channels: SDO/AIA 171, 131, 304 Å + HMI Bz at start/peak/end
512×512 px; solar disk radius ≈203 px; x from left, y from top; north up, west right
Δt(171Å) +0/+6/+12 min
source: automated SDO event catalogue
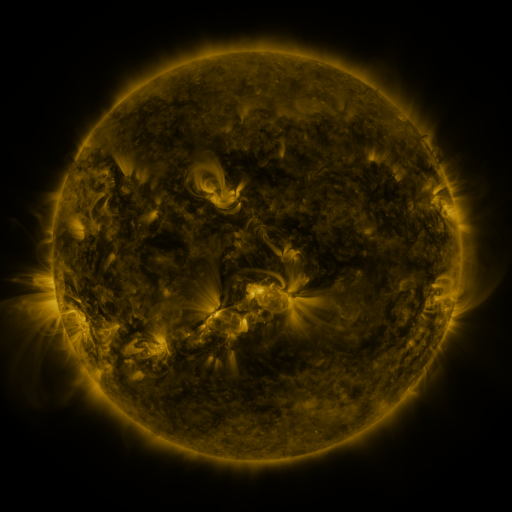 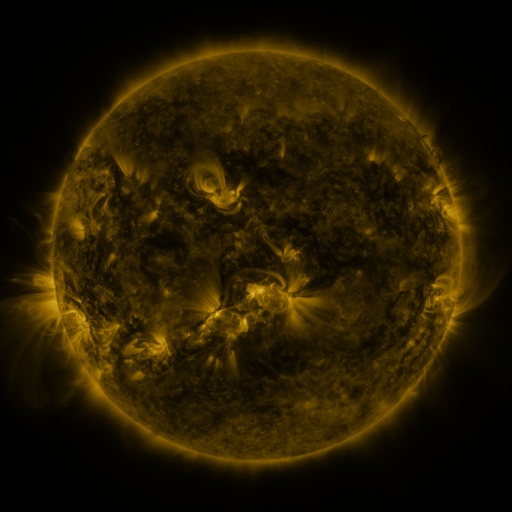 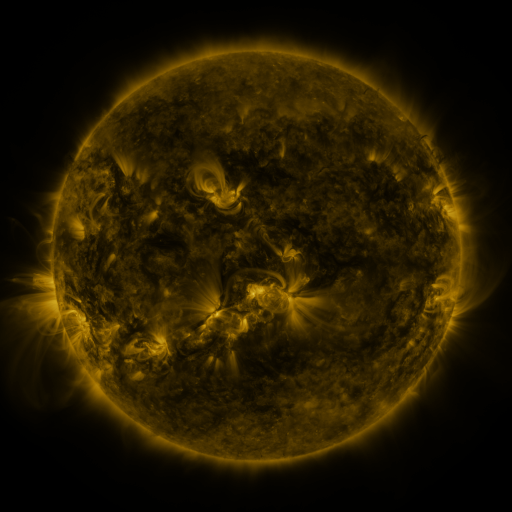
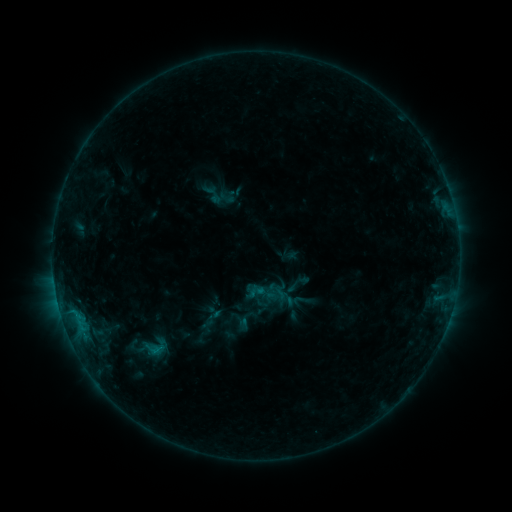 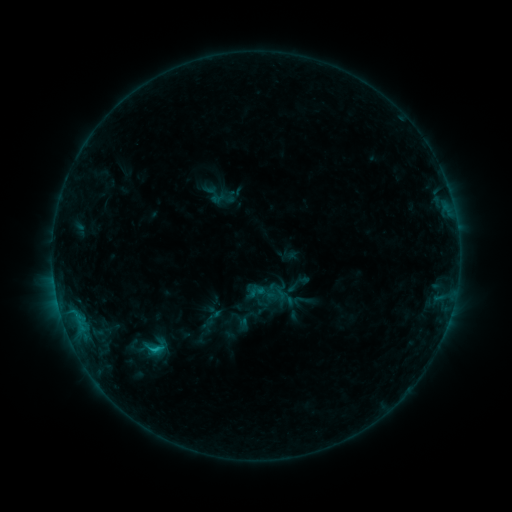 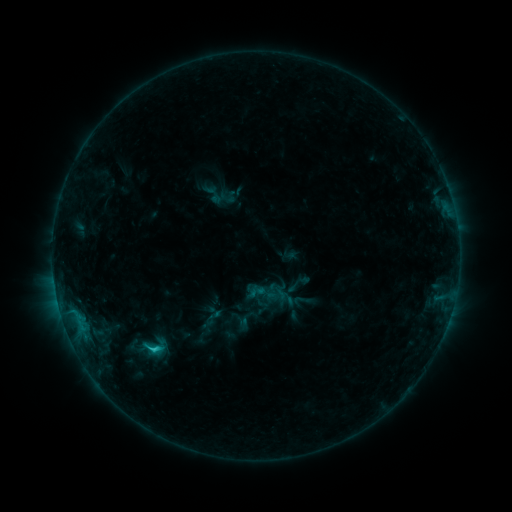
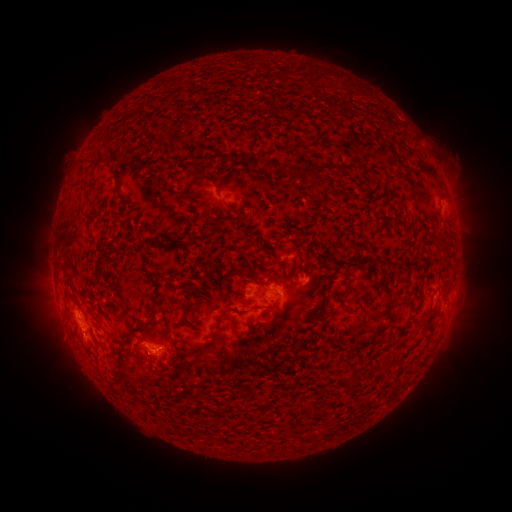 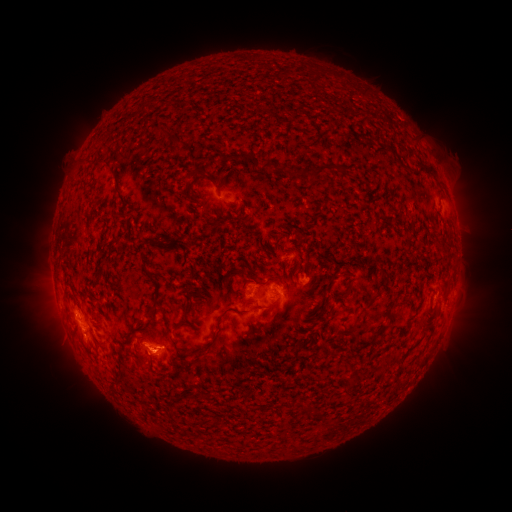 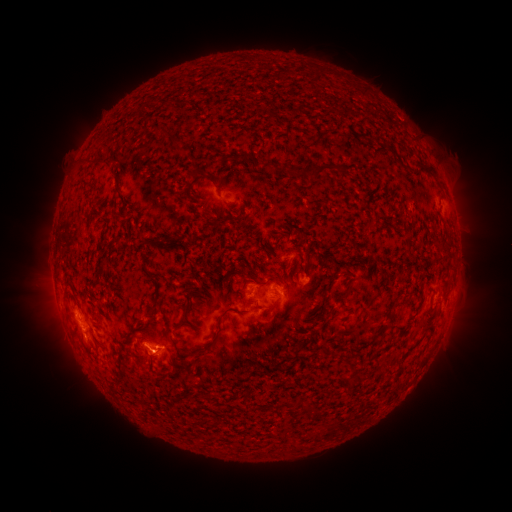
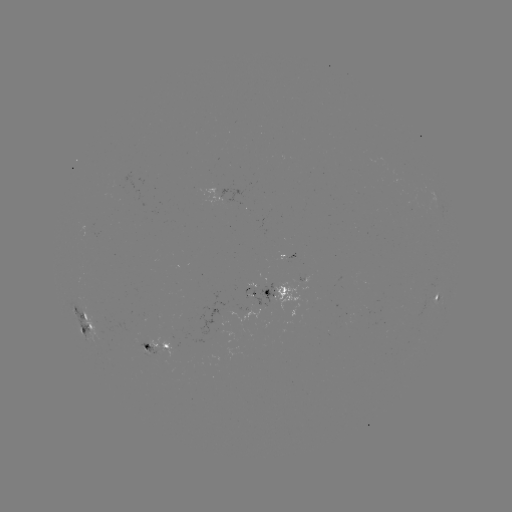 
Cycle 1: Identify eruption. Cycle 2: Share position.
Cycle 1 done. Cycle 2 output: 161,350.